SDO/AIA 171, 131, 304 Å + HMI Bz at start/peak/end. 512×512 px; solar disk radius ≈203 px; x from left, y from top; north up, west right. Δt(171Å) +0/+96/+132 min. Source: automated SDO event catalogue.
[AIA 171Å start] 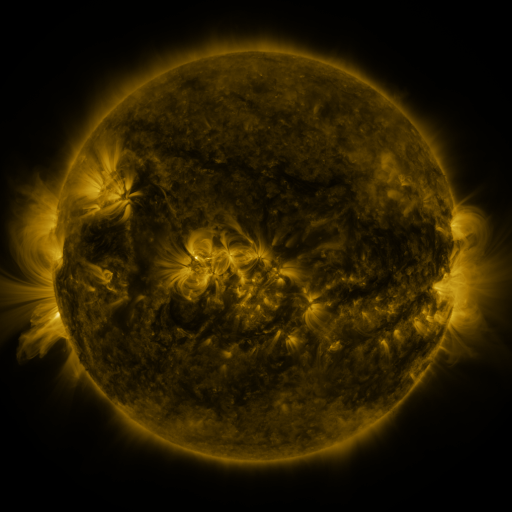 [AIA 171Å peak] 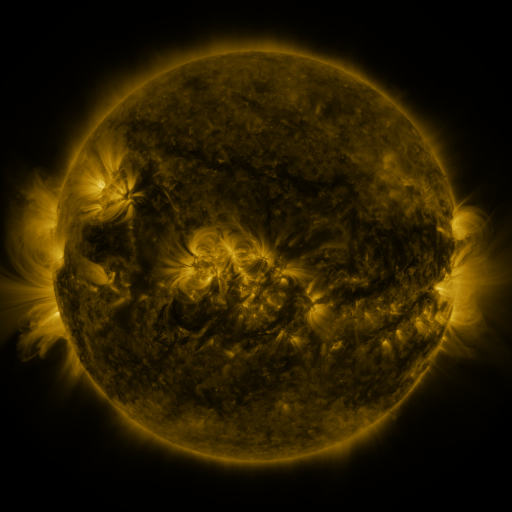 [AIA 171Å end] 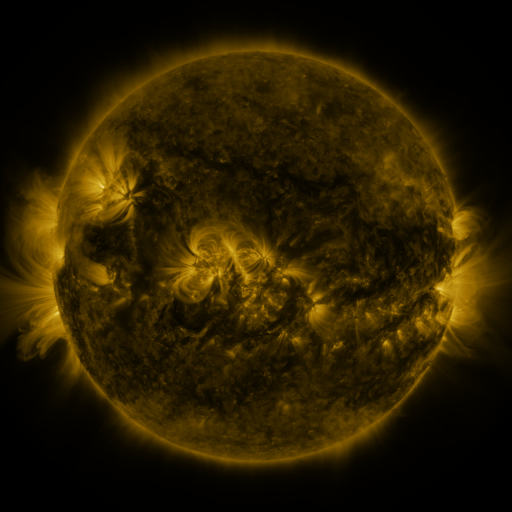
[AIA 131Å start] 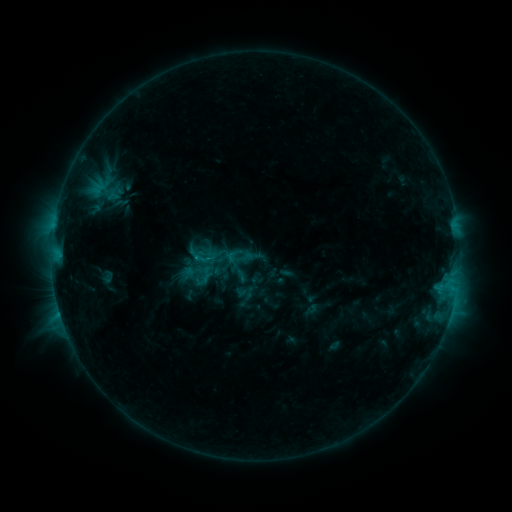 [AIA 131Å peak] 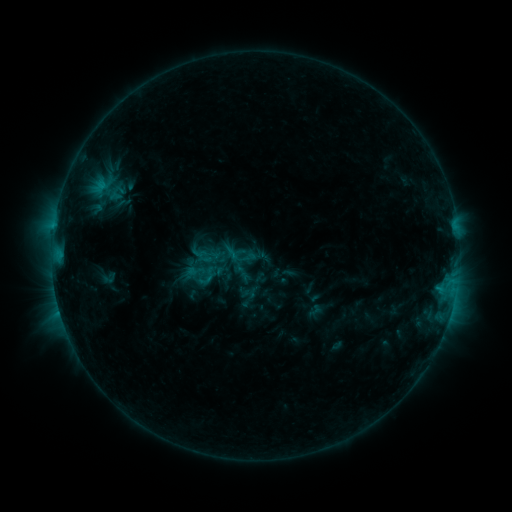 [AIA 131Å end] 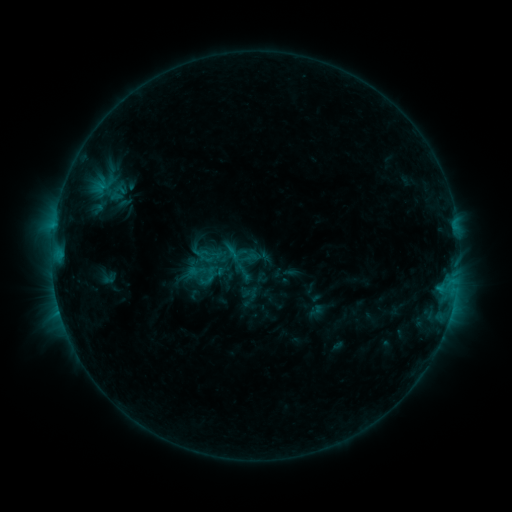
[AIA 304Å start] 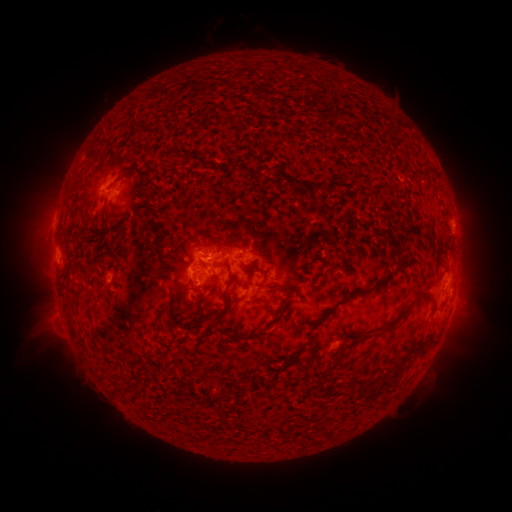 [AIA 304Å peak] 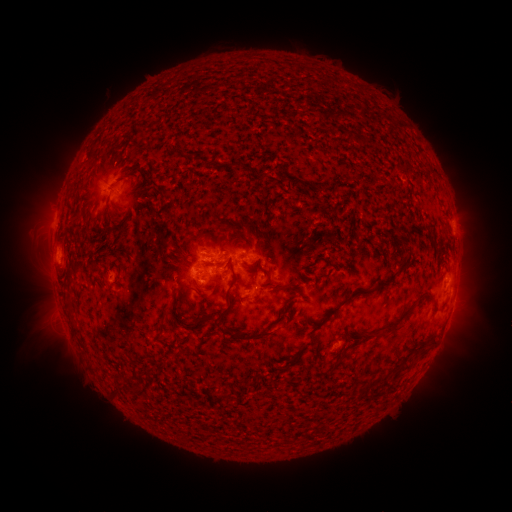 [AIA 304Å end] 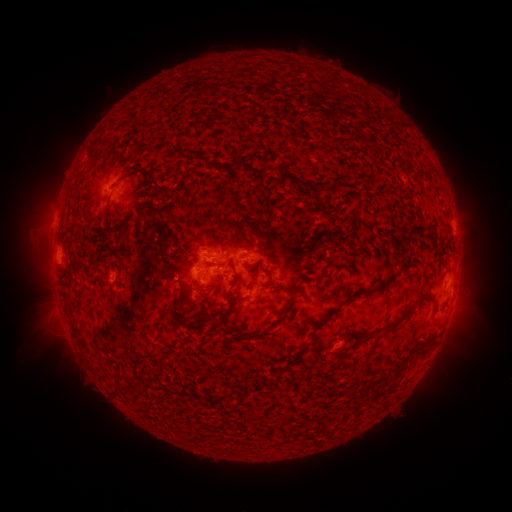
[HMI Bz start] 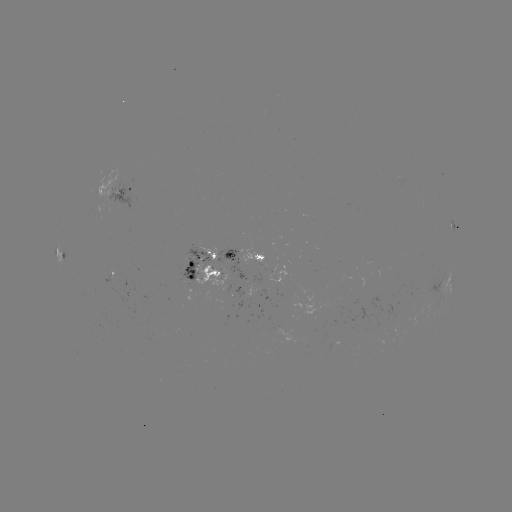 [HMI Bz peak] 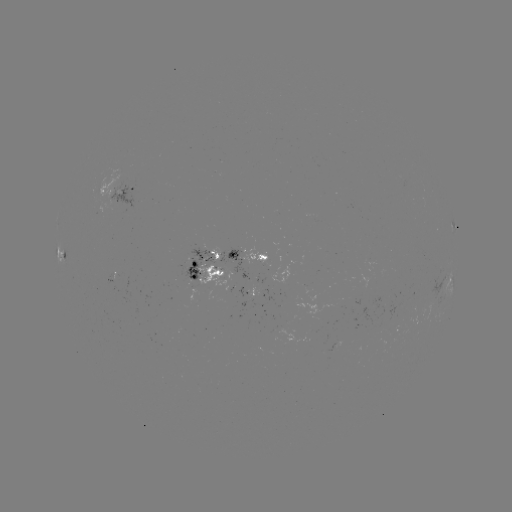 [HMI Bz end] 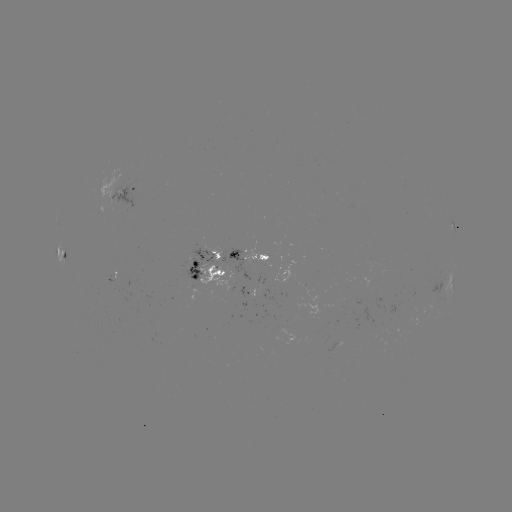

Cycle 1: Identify emerging-flux region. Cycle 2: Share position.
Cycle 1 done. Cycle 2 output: [214, 259].